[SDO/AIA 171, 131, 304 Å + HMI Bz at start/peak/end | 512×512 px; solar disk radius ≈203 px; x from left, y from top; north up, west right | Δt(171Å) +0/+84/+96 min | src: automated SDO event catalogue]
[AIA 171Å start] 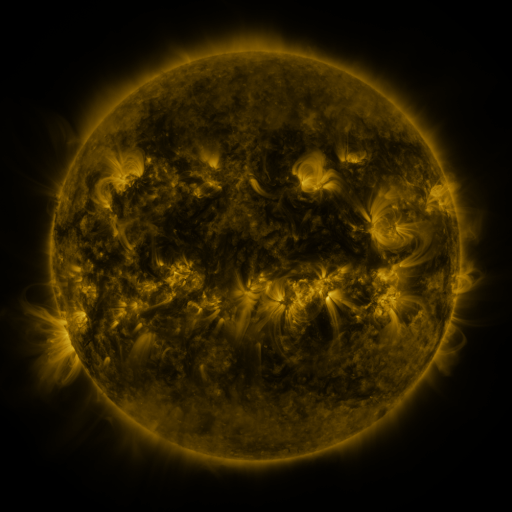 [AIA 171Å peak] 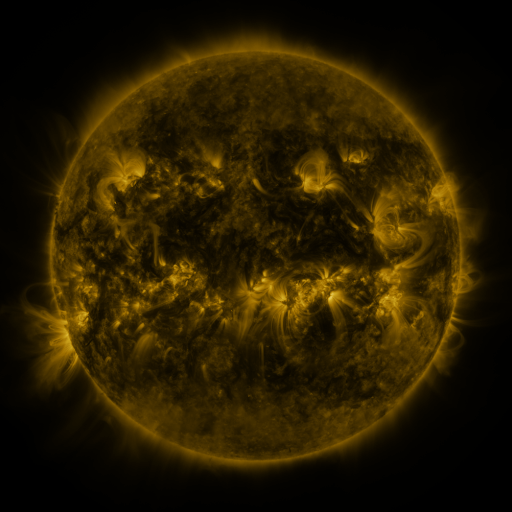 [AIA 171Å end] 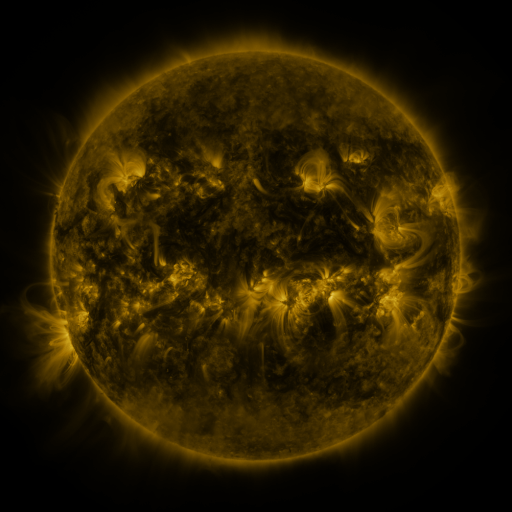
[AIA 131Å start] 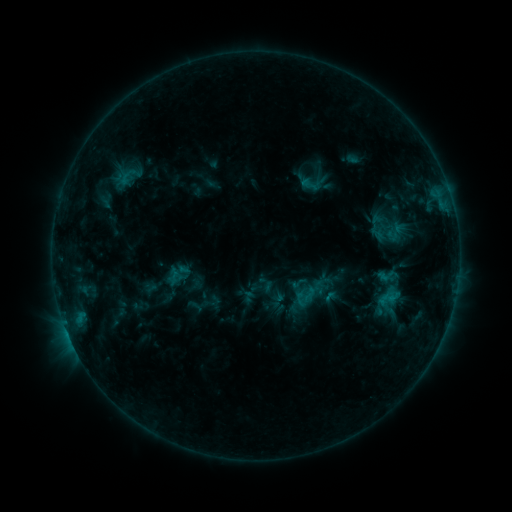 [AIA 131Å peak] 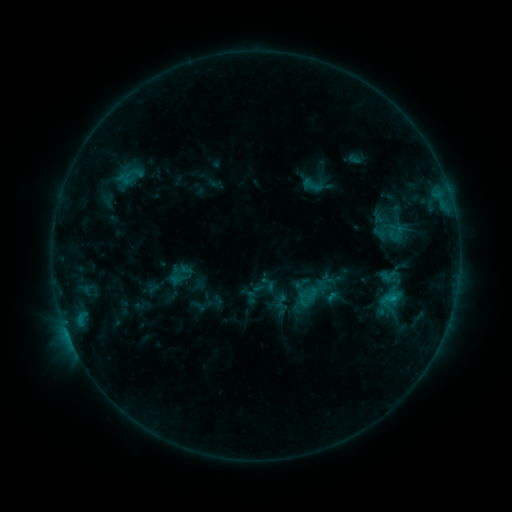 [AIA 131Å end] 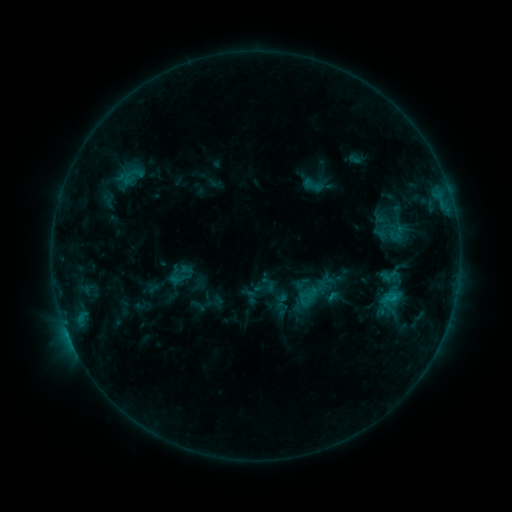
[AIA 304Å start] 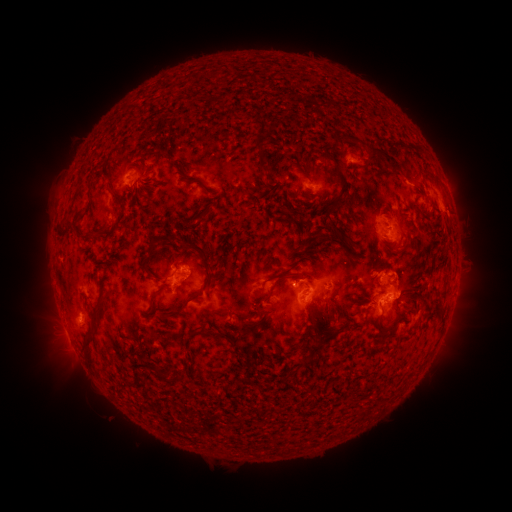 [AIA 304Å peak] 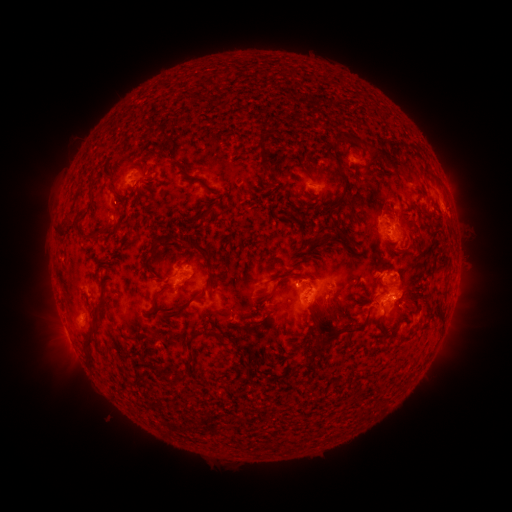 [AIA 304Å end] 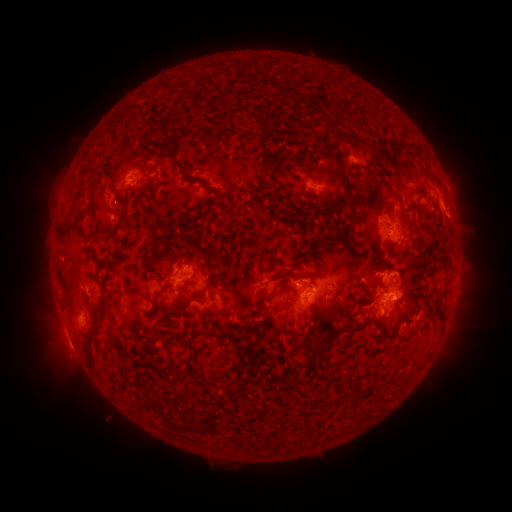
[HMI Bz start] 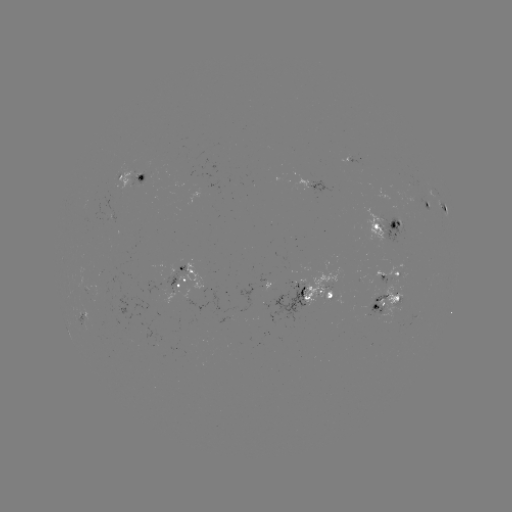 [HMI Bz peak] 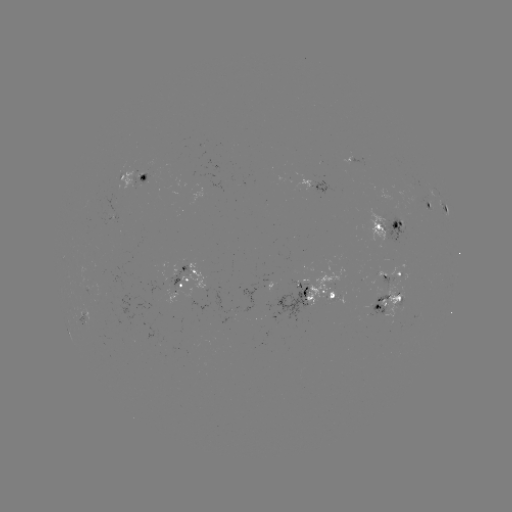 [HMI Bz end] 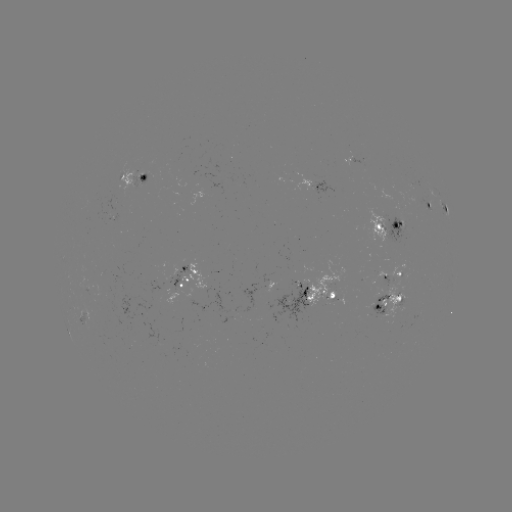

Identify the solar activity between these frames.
emerging-flux region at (300, 290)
